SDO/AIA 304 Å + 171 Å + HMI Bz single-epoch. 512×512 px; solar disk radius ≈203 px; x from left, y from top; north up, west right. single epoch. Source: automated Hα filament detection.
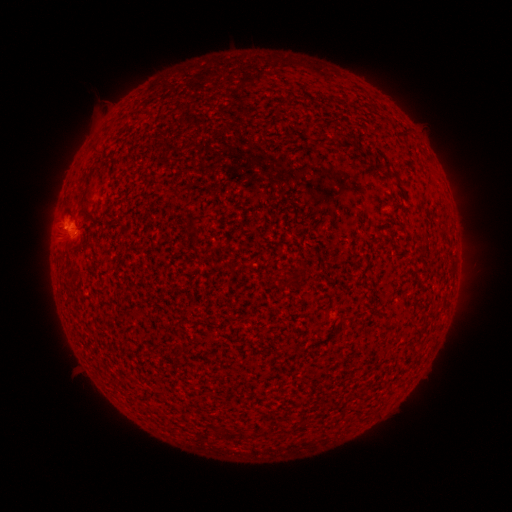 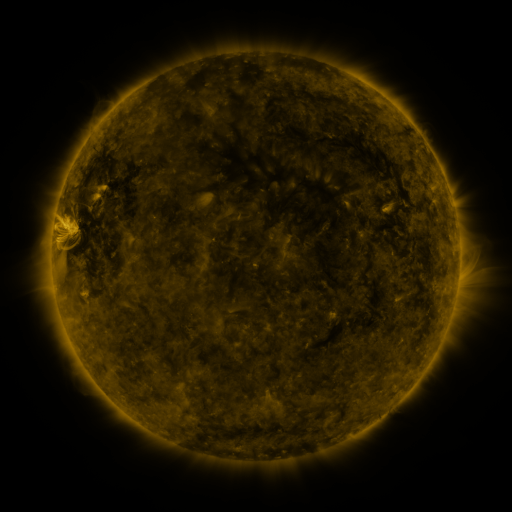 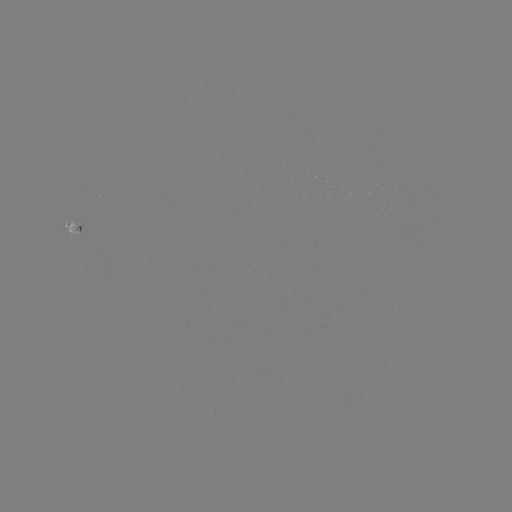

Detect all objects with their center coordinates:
filament: (94, 149)
filament: (392, 175)
filament: (290, 282)
filament: (267, 432)
filament: (244, 435)
